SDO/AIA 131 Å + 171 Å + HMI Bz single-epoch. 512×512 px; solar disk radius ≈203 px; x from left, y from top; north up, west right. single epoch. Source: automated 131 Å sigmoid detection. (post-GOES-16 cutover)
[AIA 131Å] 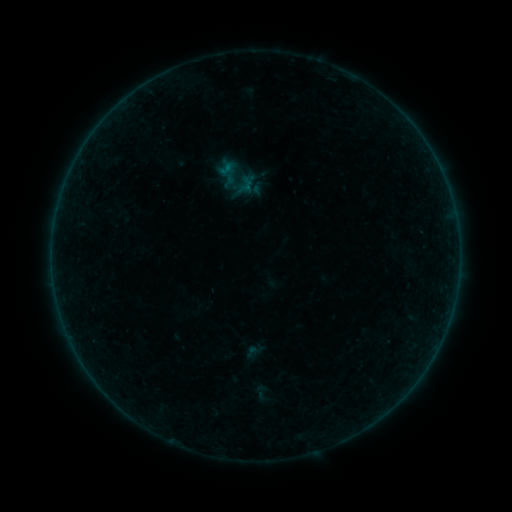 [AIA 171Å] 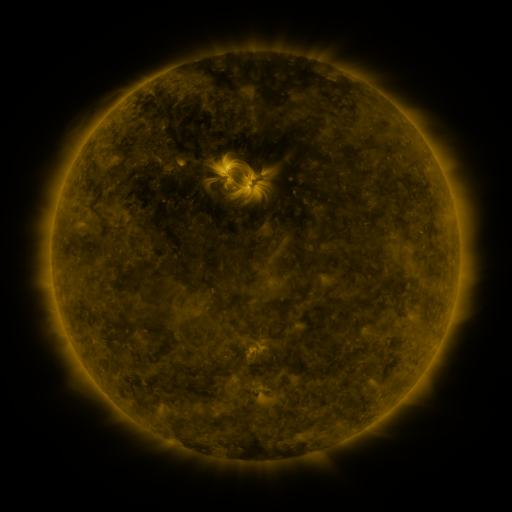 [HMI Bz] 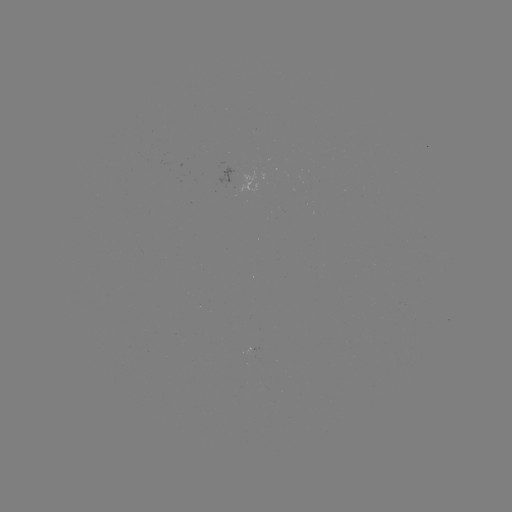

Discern sigmoid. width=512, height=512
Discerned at (261, 392).